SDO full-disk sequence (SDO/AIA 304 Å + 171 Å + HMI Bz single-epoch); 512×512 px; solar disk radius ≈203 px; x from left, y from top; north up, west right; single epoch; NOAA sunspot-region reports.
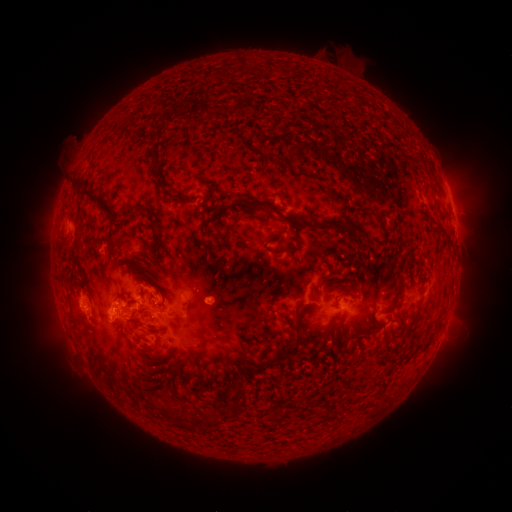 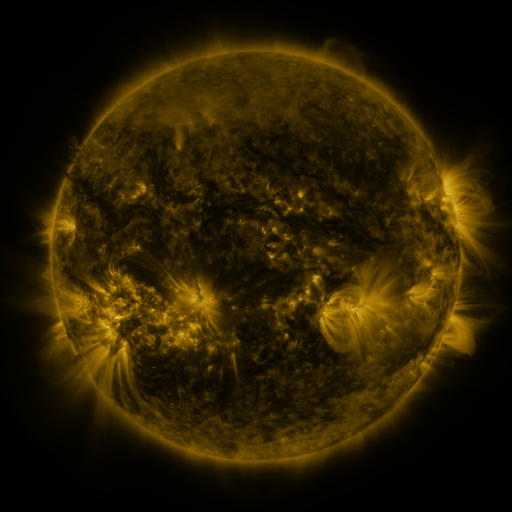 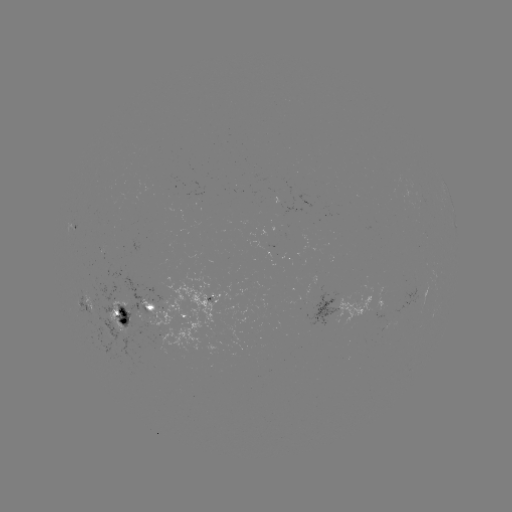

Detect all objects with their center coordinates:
spotted active region: (452, 203)
spotted active region: (214, 296)
spotted active region: (331, 303)
spotted active region: (85, 306)
spotted active region: (154, 313)
